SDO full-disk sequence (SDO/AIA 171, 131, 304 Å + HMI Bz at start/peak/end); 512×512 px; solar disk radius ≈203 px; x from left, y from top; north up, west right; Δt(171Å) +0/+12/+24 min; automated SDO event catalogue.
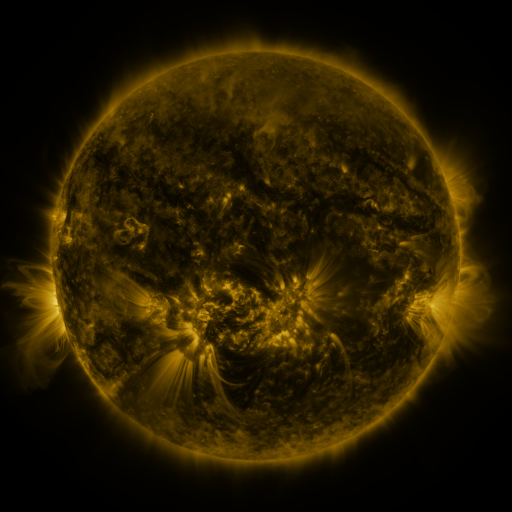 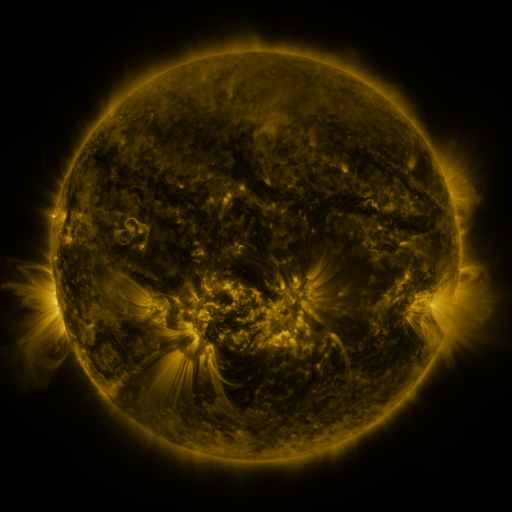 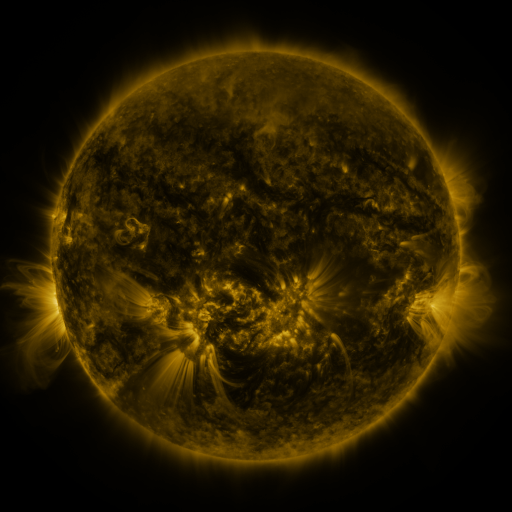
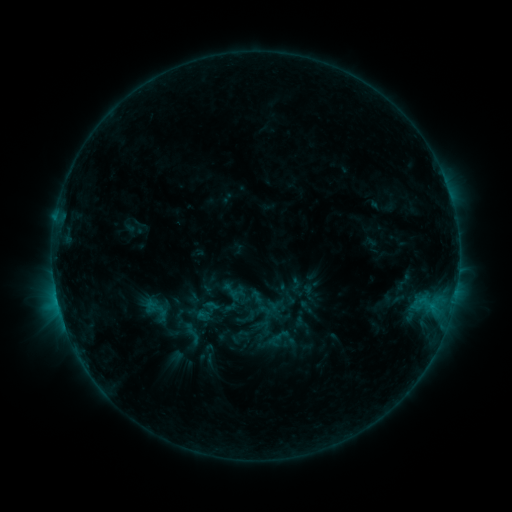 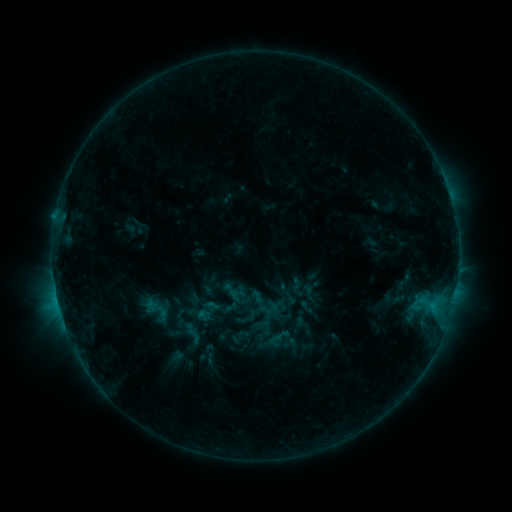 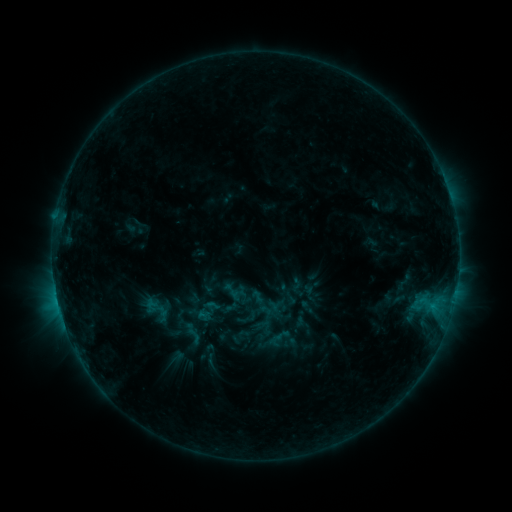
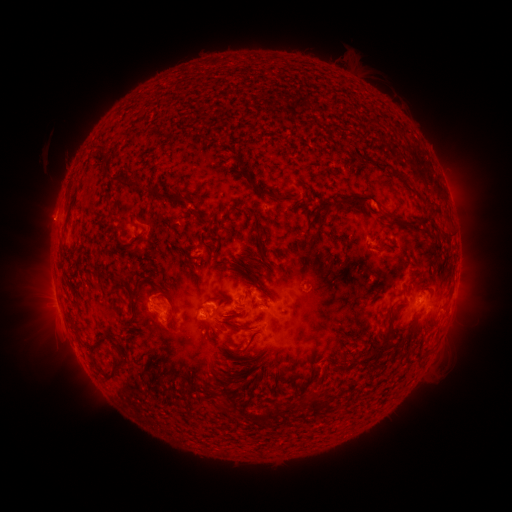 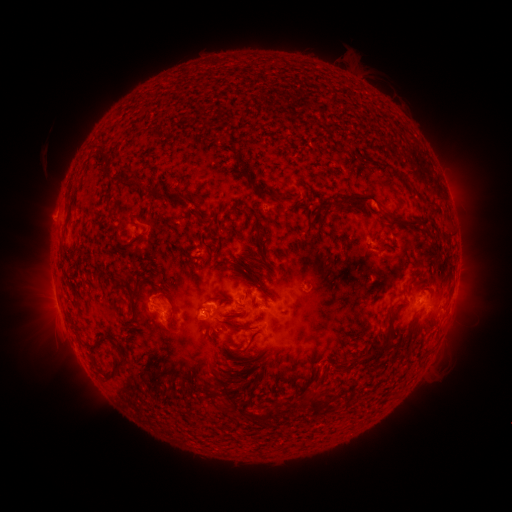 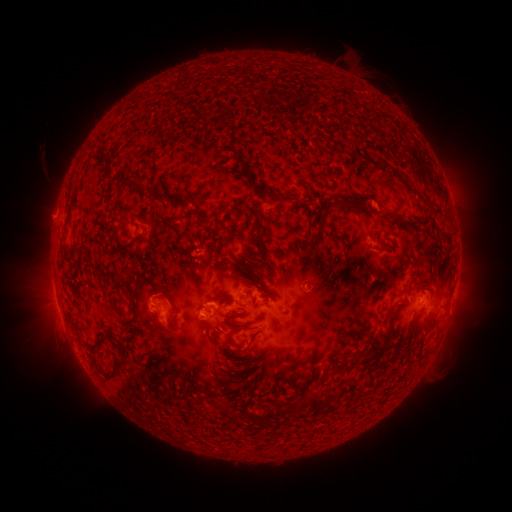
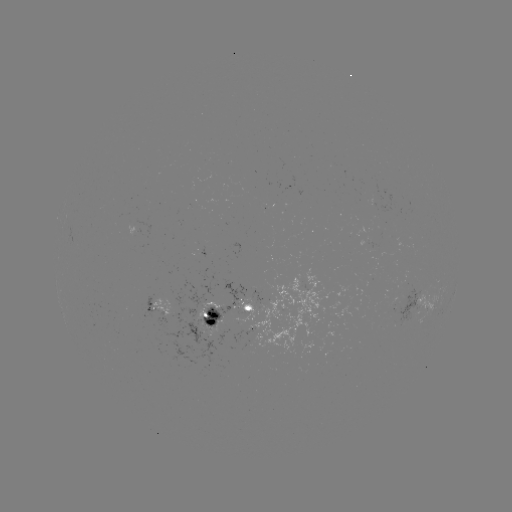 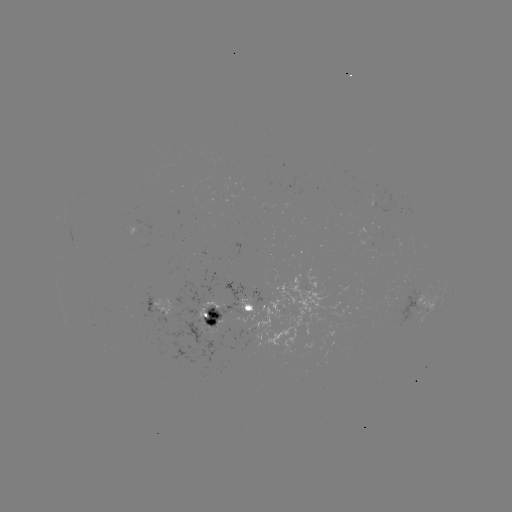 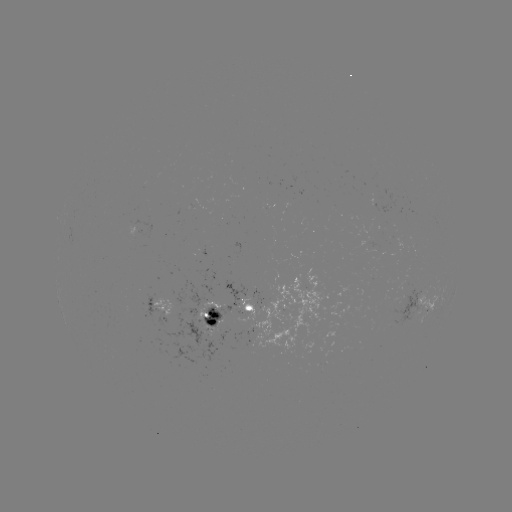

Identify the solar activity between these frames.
no catalogued flare and no flagged EUV brightening in this window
